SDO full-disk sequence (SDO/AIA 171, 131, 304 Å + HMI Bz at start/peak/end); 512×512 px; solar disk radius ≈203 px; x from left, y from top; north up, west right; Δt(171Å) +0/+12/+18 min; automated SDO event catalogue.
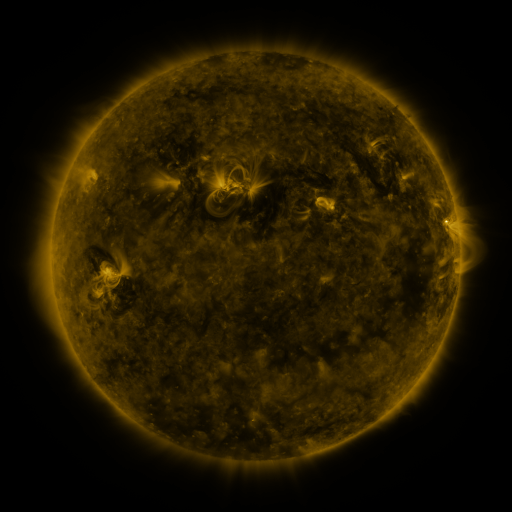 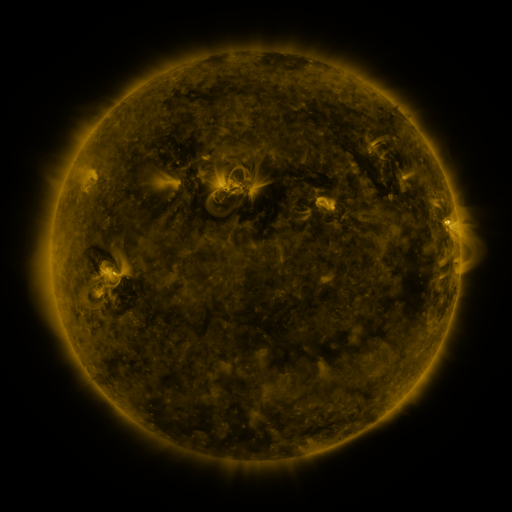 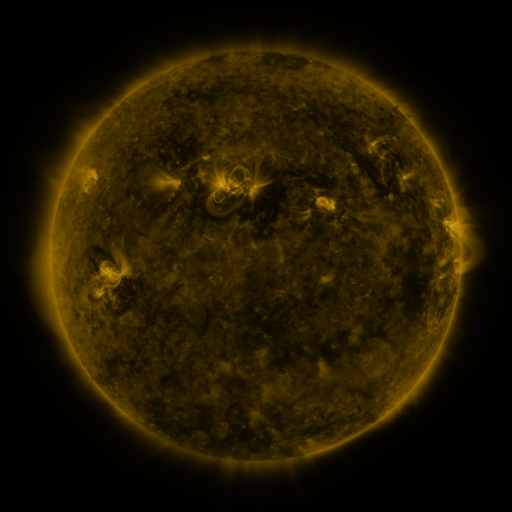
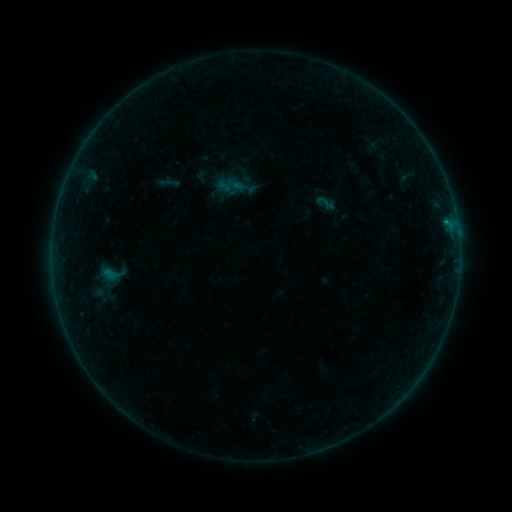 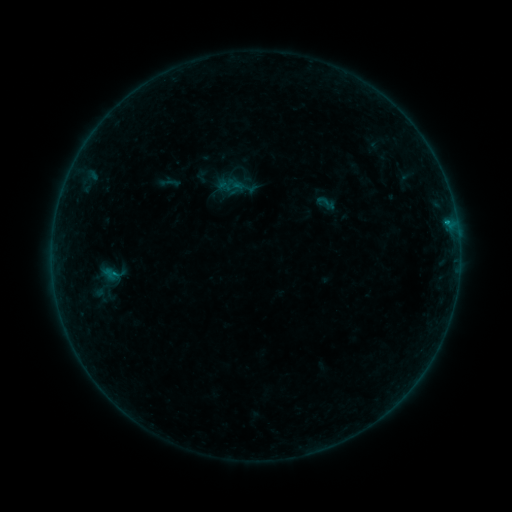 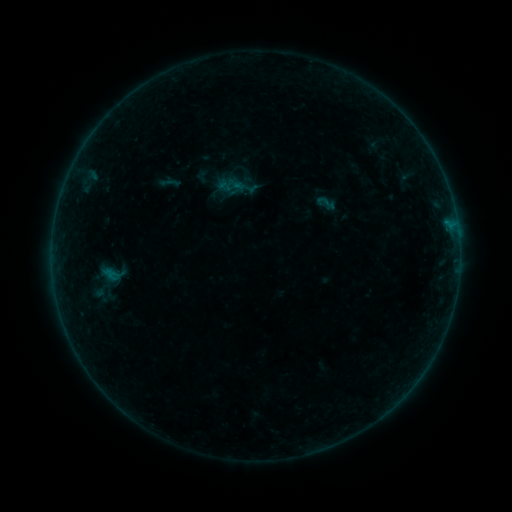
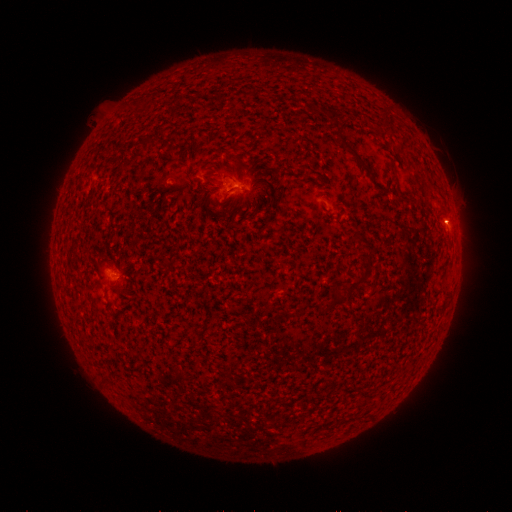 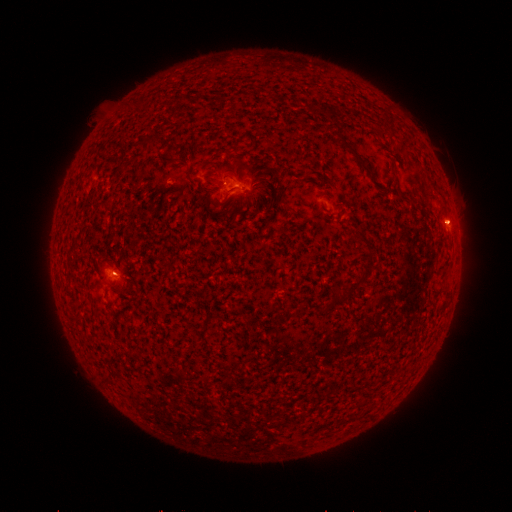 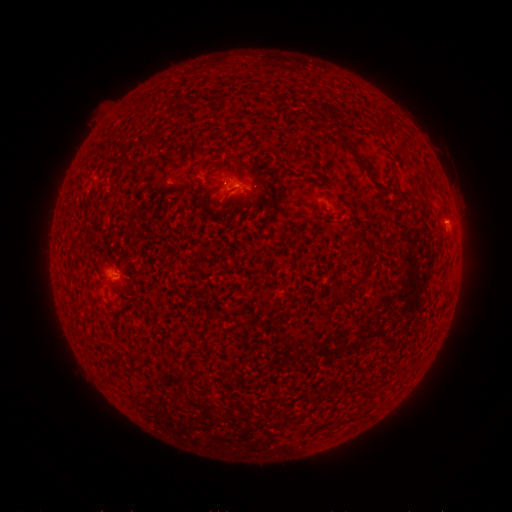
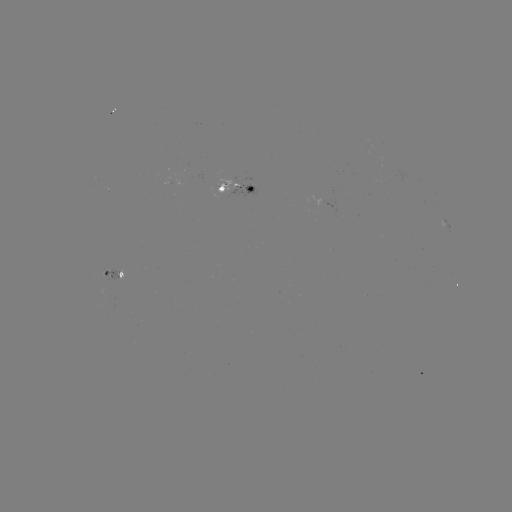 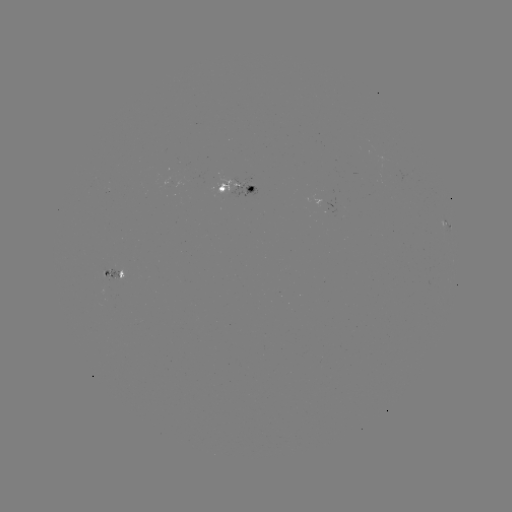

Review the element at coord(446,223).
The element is B2.0 flare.